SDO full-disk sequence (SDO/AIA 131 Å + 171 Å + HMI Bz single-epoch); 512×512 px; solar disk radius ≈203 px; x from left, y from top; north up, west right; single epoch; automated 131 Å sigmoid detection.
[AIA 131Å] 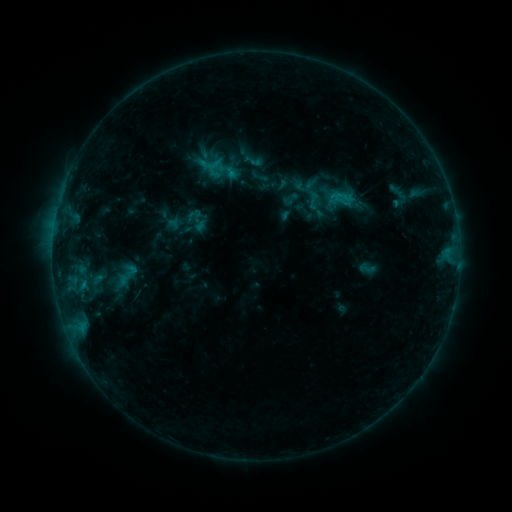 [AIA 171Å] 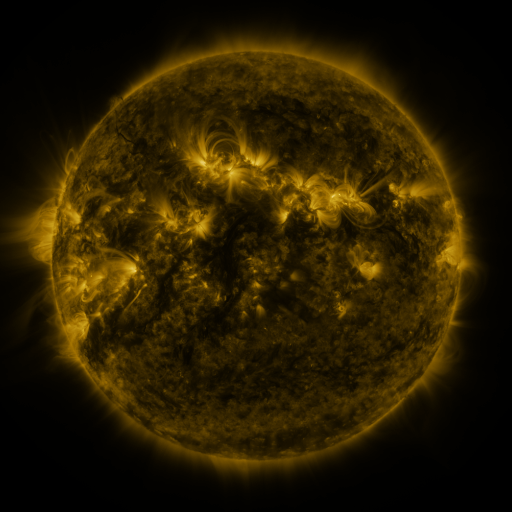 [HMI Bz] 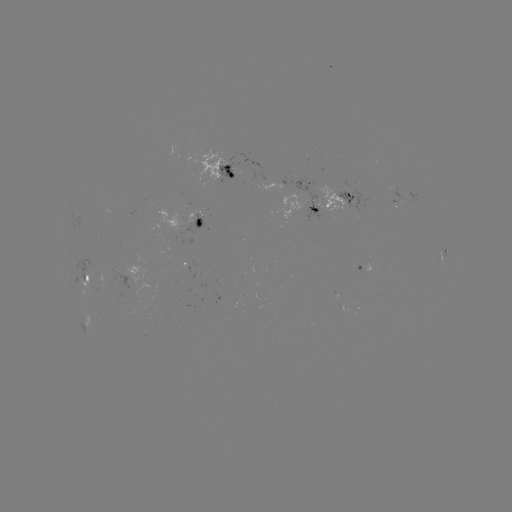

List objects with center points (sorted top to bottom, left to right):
sigmoid: (253, 160)
sigmoid: (314, 200)
sigmoid: (197, 220)
